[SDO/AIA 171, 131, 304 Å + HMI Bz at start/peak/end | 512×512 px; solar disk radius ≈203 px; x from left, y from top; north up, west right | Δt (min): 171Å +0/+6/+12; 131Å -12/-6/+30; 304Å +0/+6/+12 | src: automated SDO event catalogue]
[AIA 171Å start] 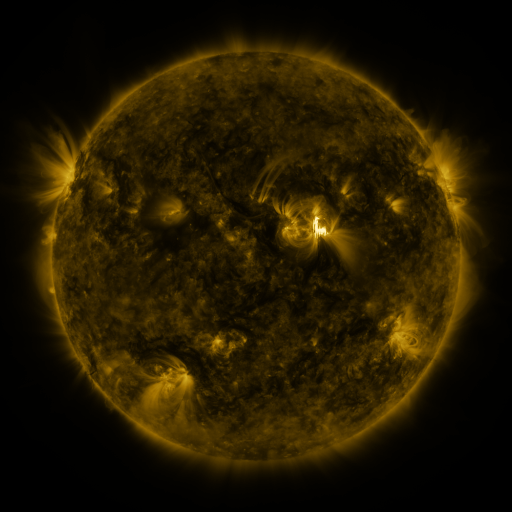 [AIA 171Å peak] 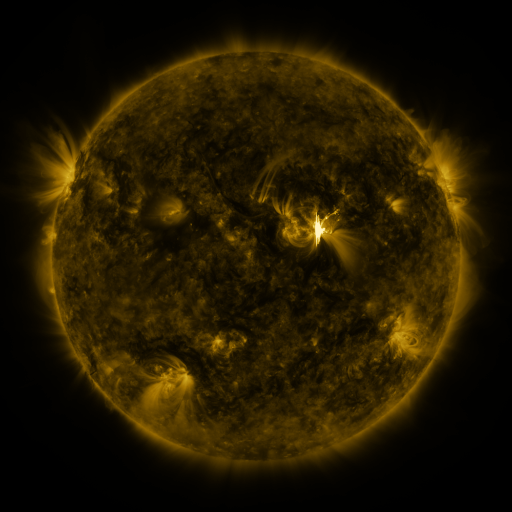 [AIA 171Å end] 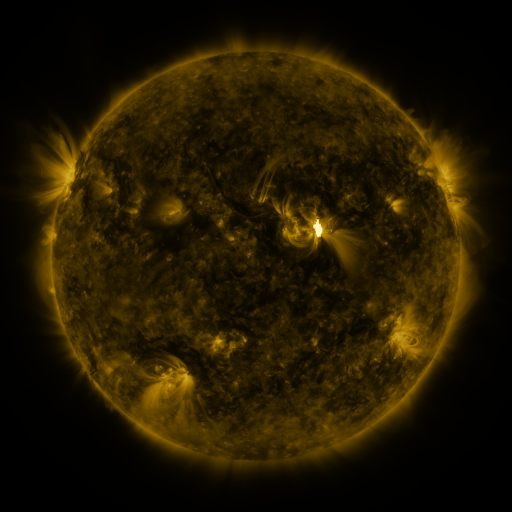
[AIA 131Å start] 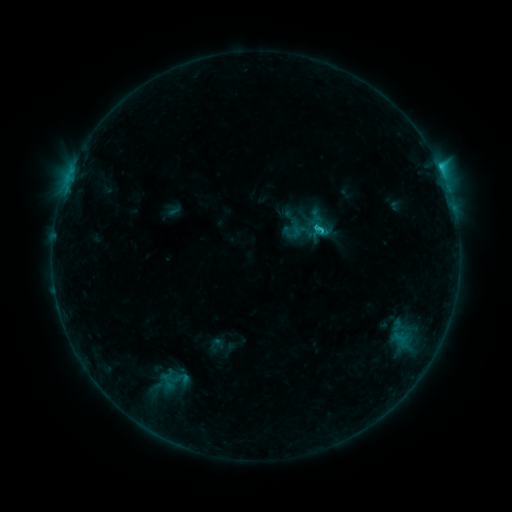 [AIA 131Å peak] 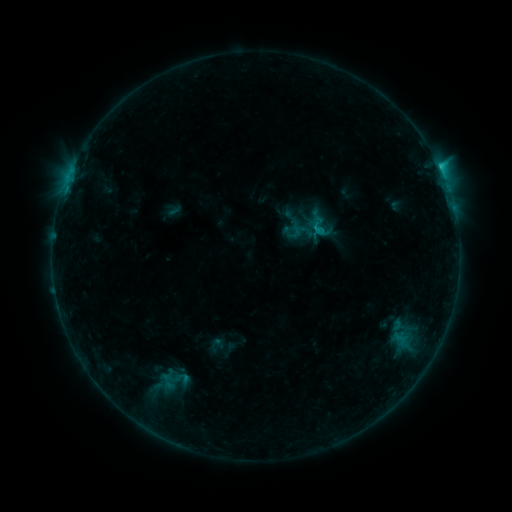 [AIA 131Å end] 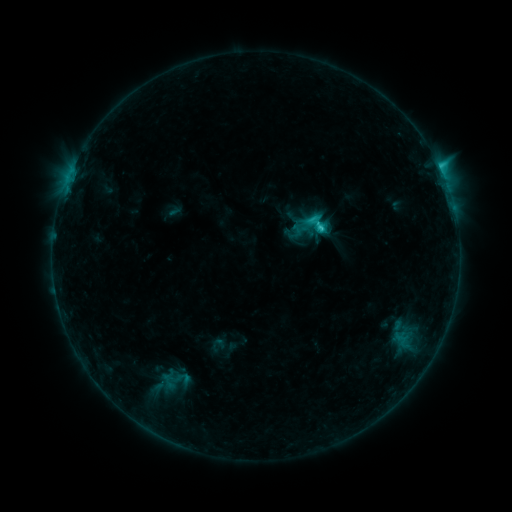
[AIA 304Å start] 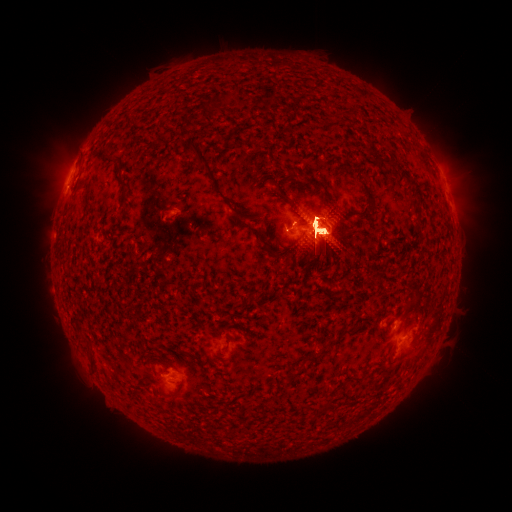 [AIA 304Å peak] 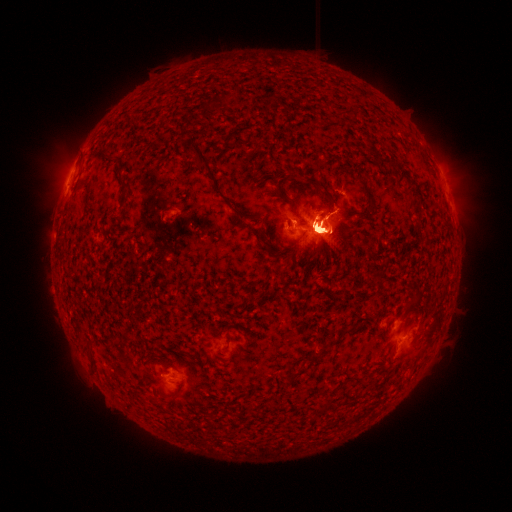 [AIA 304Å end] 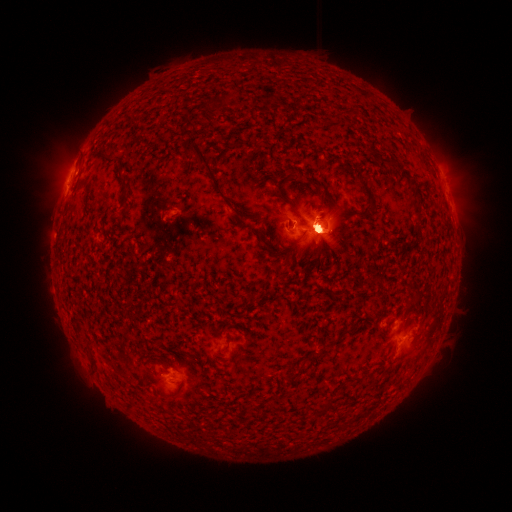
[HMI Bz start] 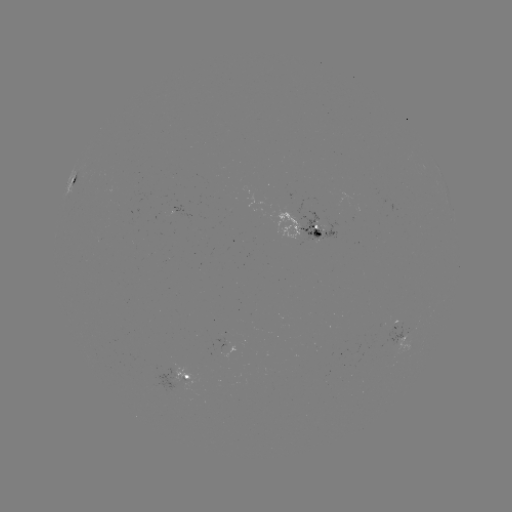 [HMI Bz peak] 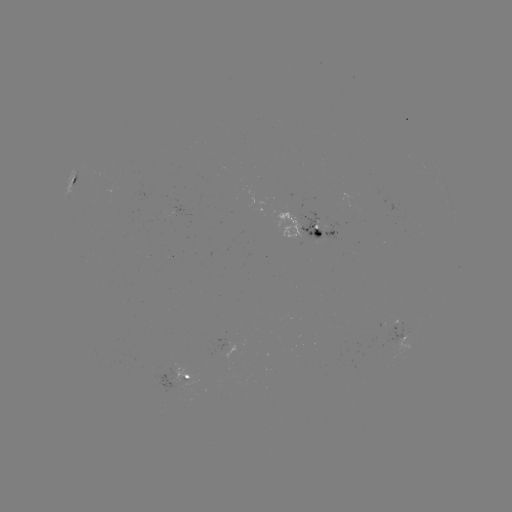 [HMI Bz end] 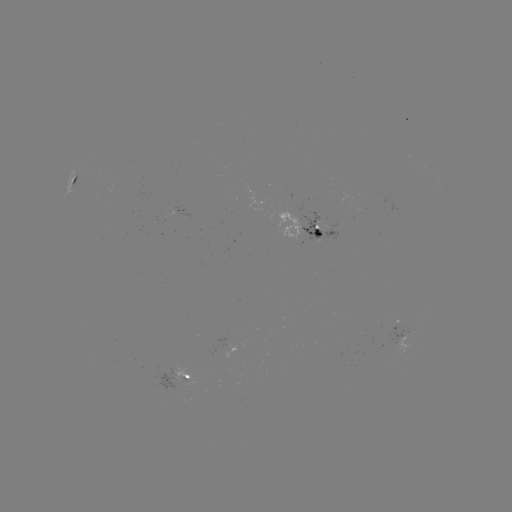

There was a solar eruption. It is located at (461, 177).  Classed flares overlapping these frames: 1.